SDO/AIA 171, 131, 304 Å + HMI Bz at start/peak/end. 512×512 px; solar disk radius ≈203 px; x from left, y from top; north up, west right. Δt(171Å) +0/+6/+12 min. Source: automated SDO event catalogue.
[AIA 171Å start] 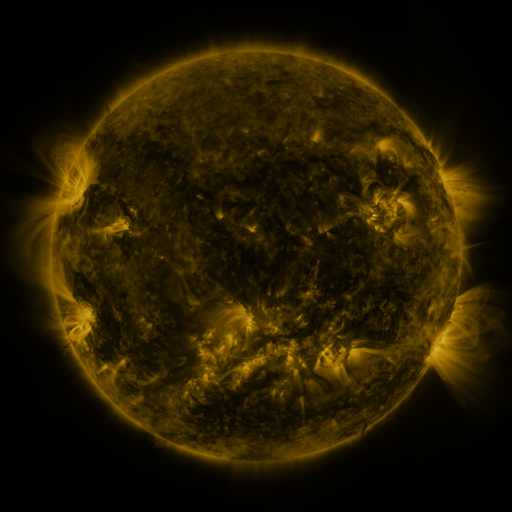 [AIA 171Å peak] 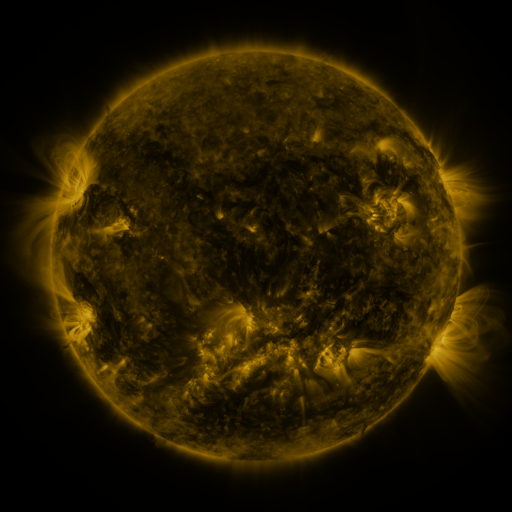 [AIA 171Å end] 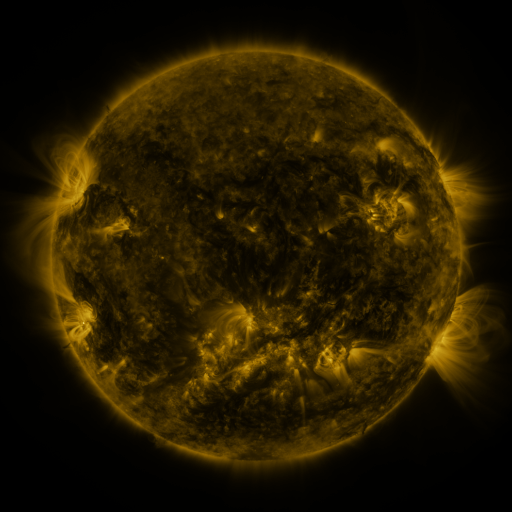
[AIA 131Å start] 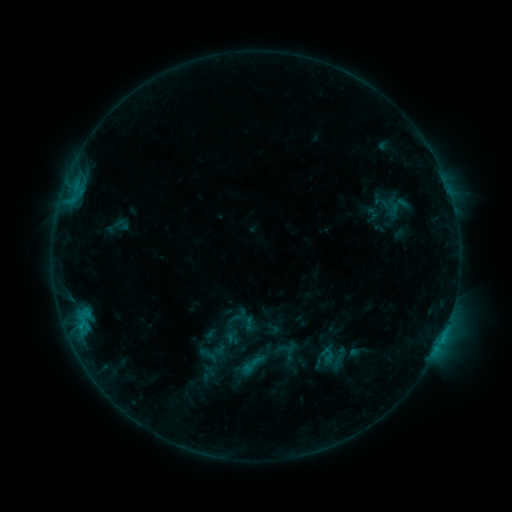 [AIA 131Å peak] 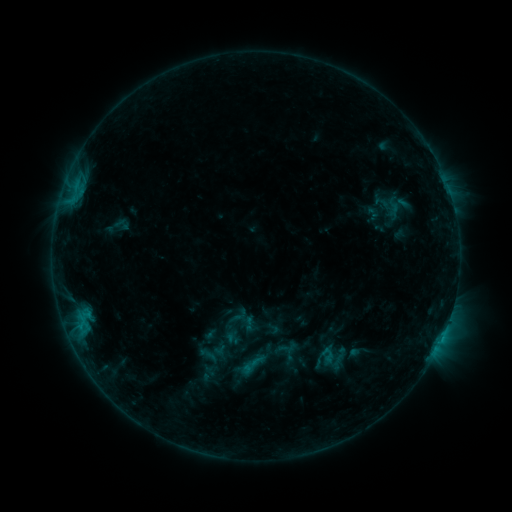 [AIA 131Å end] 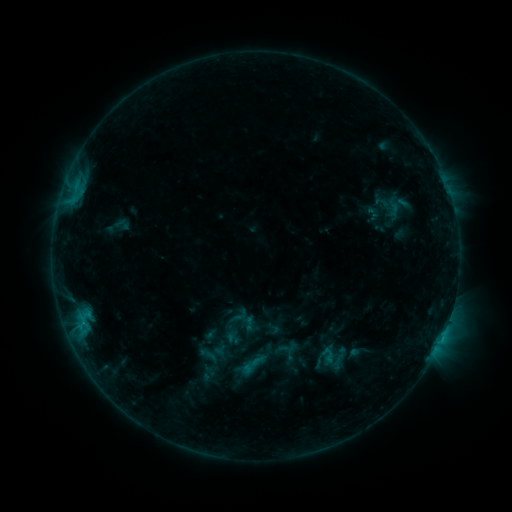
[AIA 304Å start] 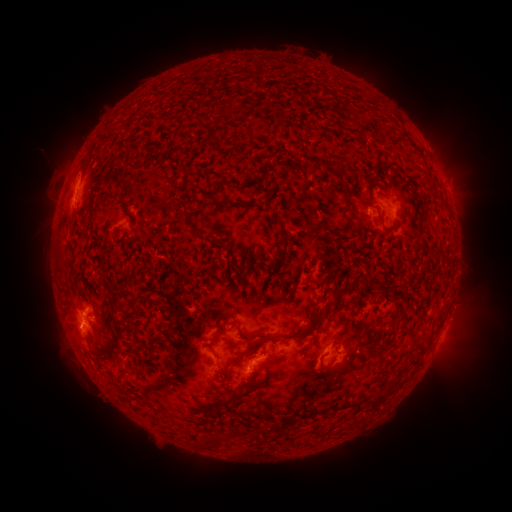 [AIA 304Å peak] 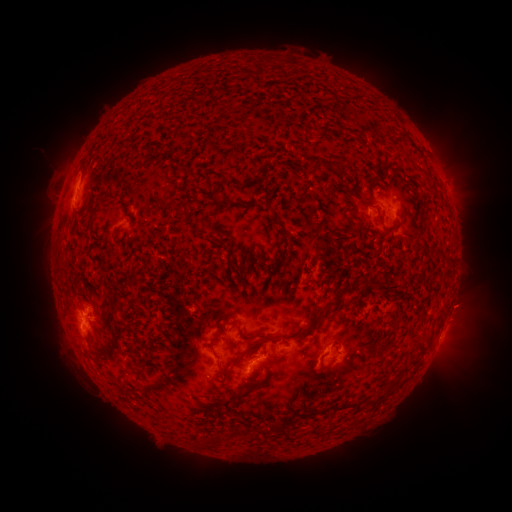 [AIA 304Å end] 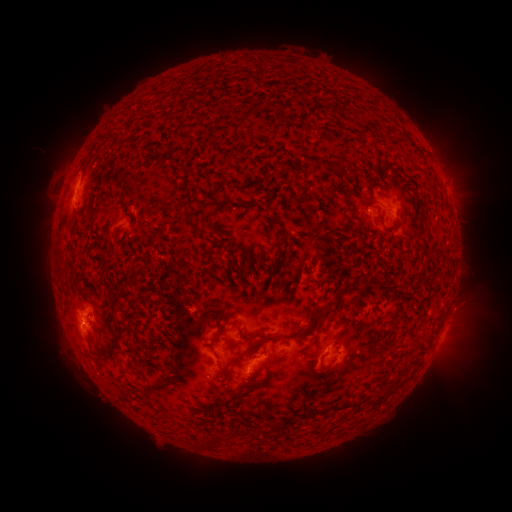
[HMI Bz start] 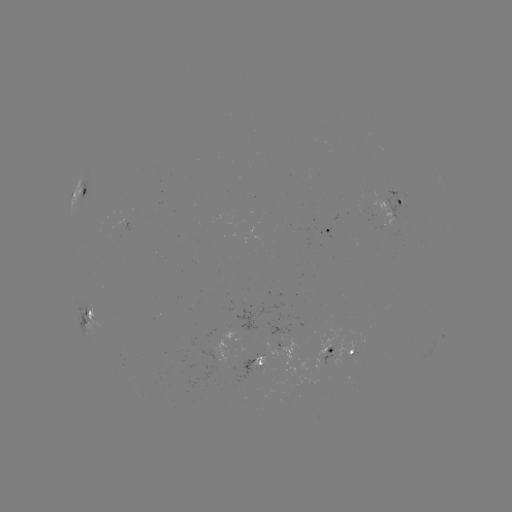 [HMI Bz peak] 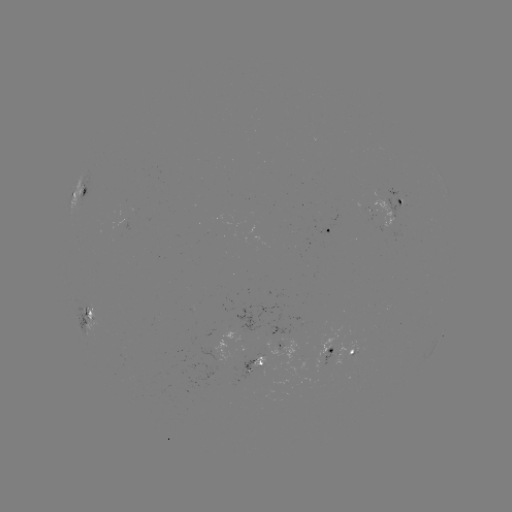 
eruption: [440, 280, 495, 330]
